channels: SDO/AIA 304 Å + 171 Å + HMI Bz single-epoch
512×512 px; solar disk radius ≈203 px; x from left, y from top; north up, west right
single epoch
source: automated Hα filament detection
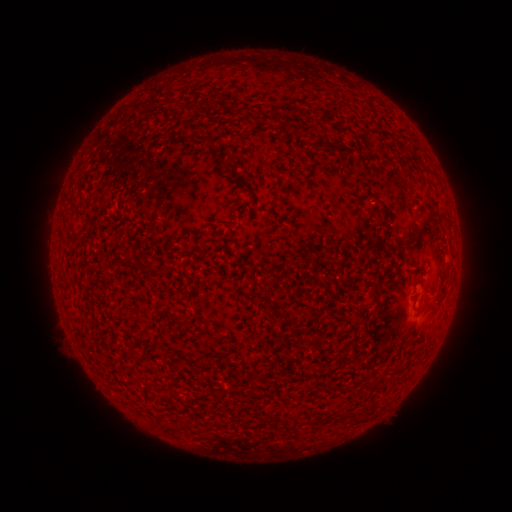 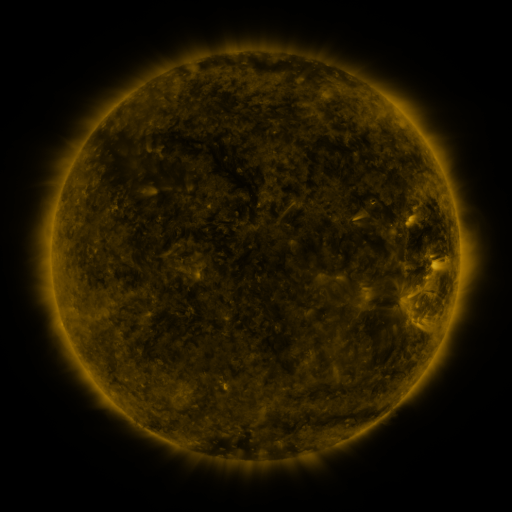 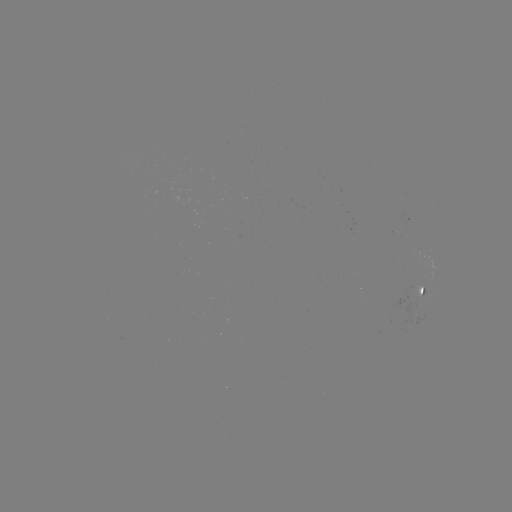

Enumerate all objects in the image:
filament: (318, 142)
filament: (361, 200)
filament: (424, 223)
filament: (129, 265)
filament: (148, 271)
filament: (429, 307)
filament: (180, 321)
filament: (174, 429)
